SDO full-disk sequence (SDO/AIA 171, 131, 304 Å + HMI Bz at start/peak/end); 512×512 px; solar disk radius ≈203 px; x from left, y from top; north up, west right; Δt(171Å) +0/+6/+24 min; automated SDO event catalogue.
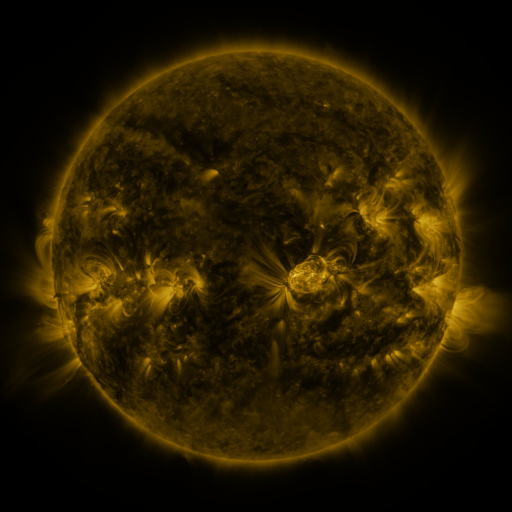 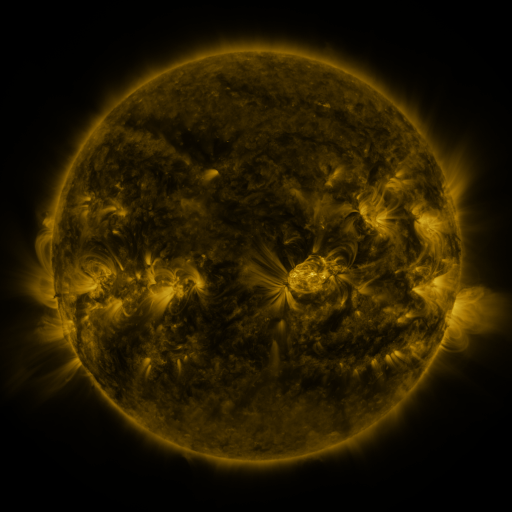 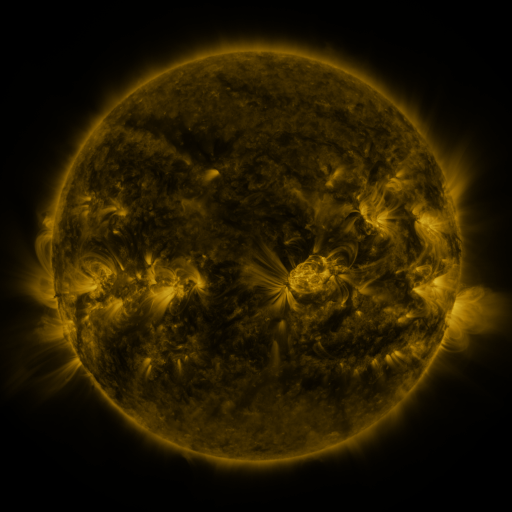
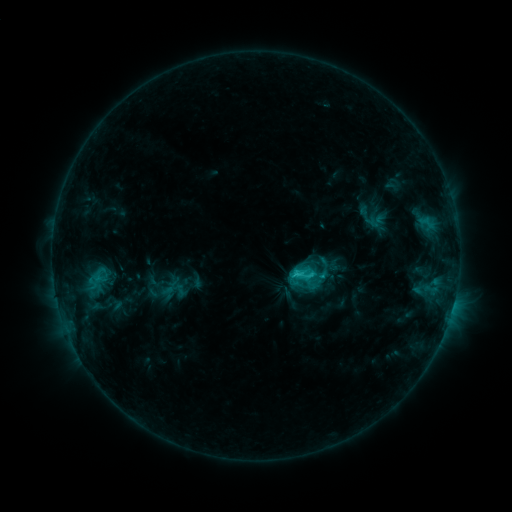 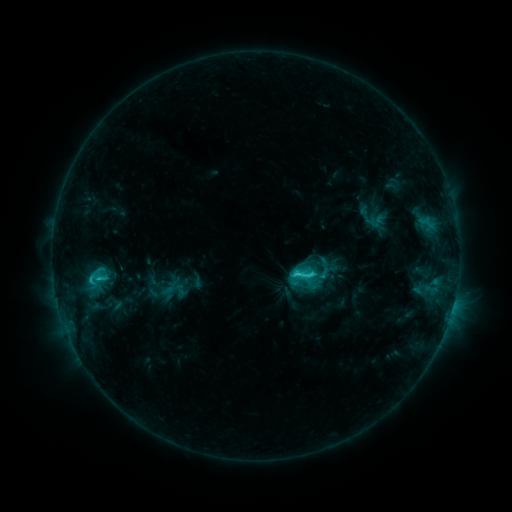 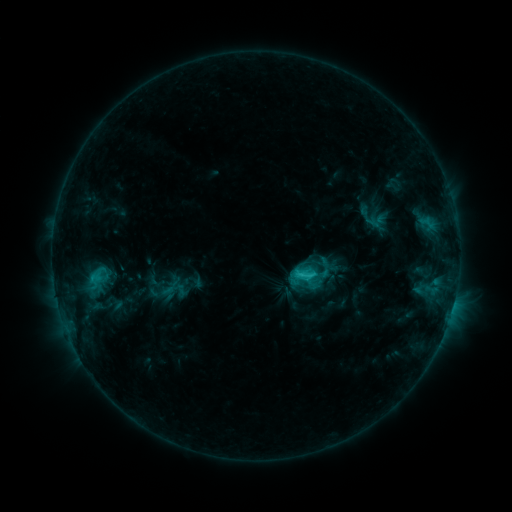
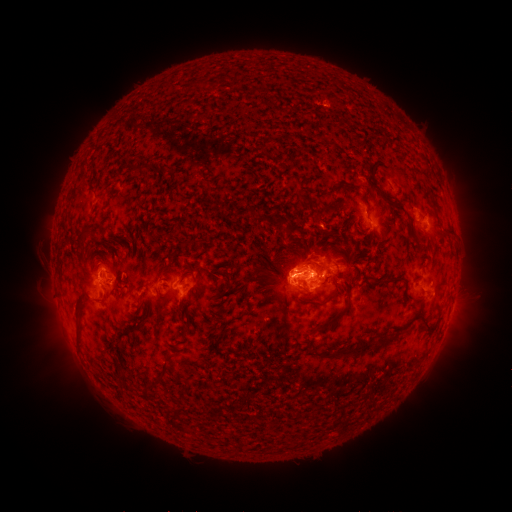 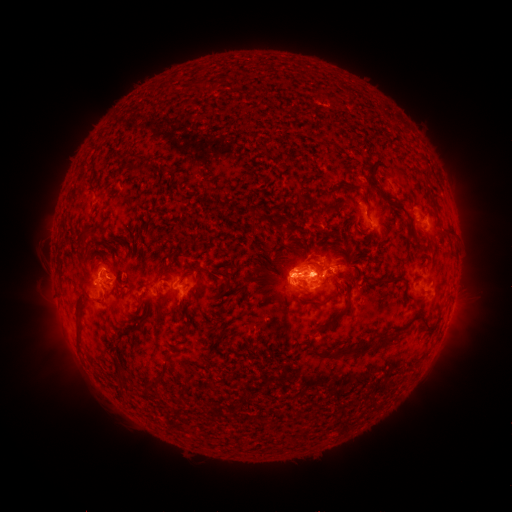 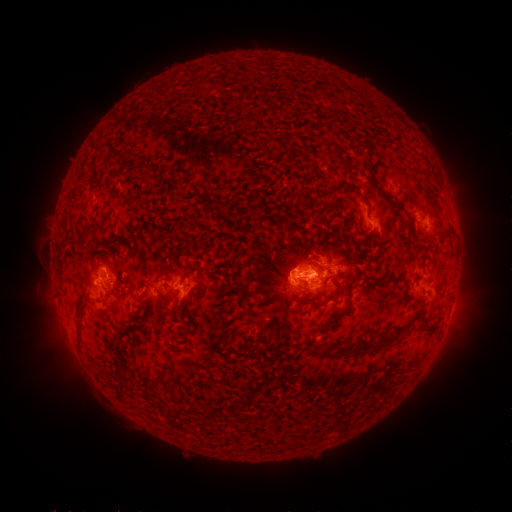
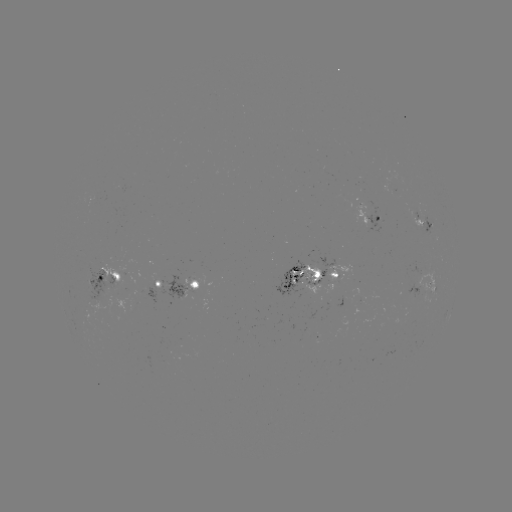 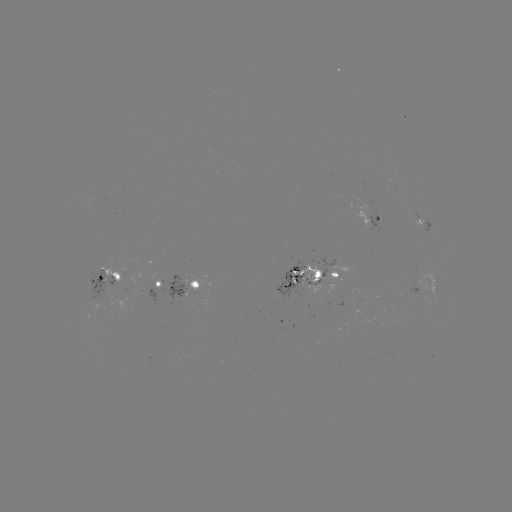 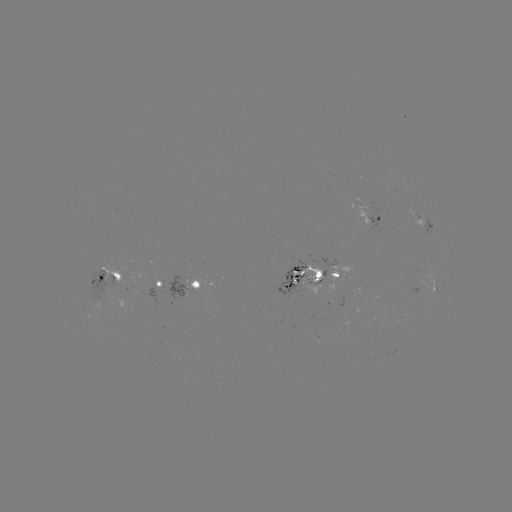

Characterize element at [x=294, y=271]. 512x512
C3.6 flare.